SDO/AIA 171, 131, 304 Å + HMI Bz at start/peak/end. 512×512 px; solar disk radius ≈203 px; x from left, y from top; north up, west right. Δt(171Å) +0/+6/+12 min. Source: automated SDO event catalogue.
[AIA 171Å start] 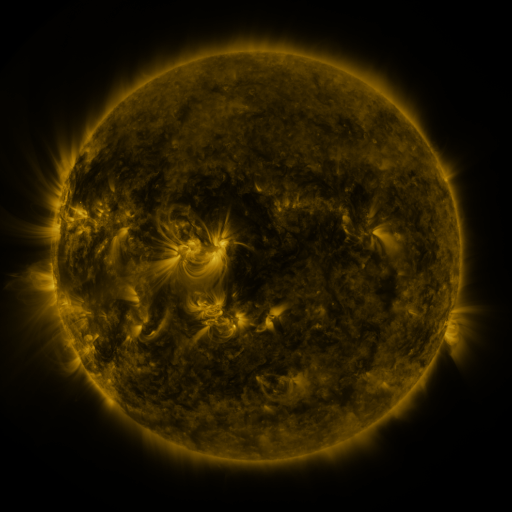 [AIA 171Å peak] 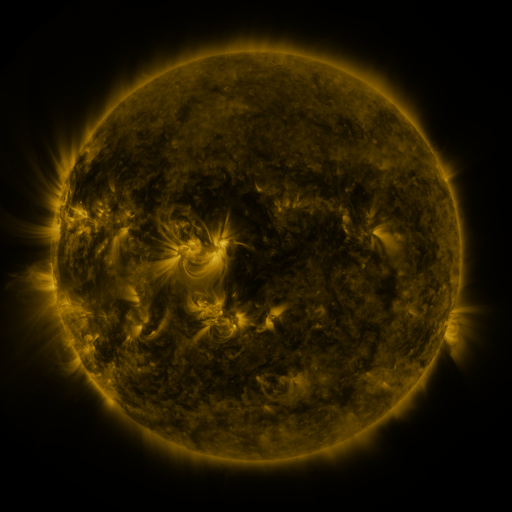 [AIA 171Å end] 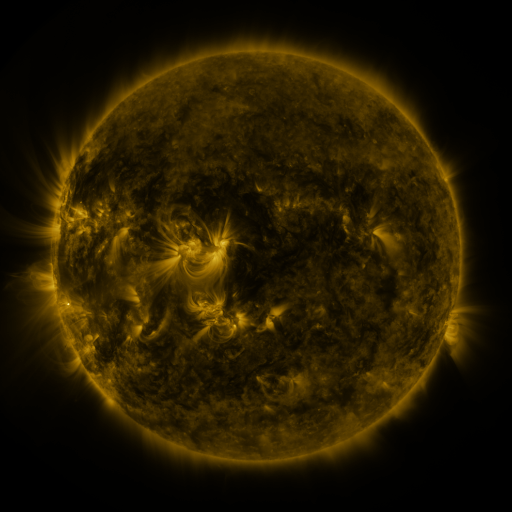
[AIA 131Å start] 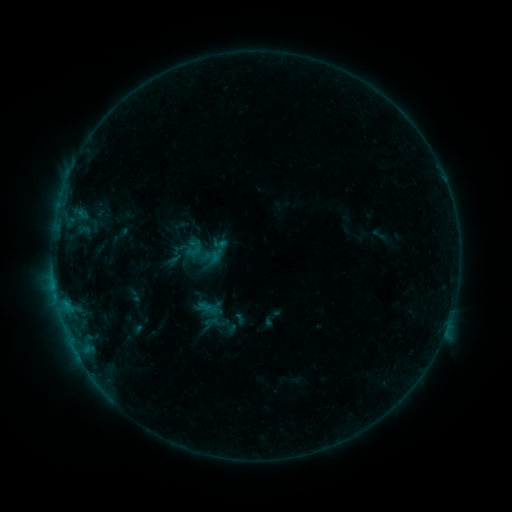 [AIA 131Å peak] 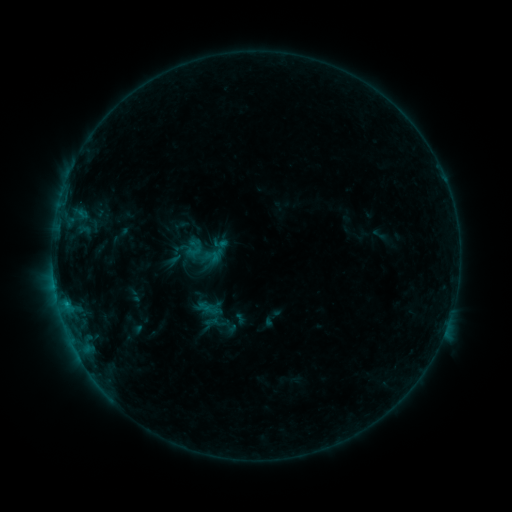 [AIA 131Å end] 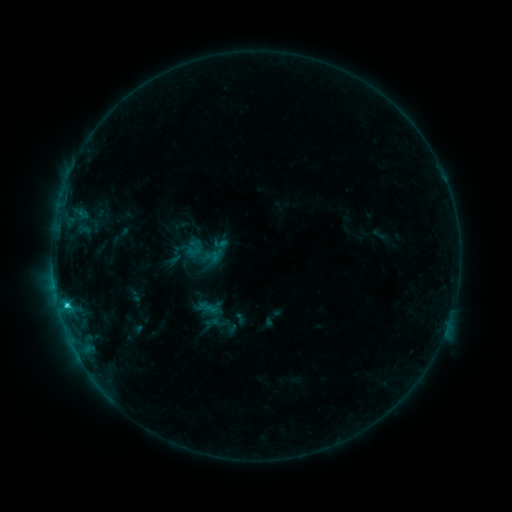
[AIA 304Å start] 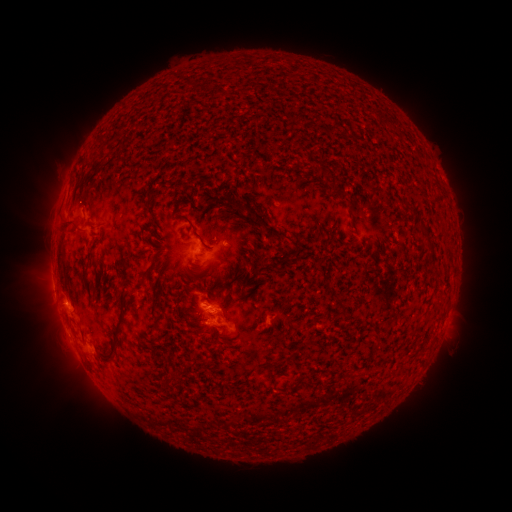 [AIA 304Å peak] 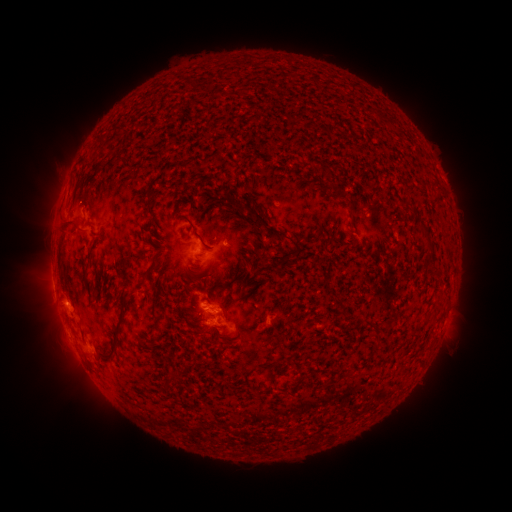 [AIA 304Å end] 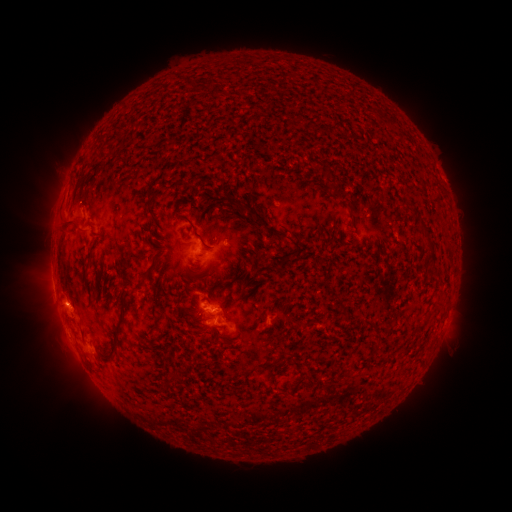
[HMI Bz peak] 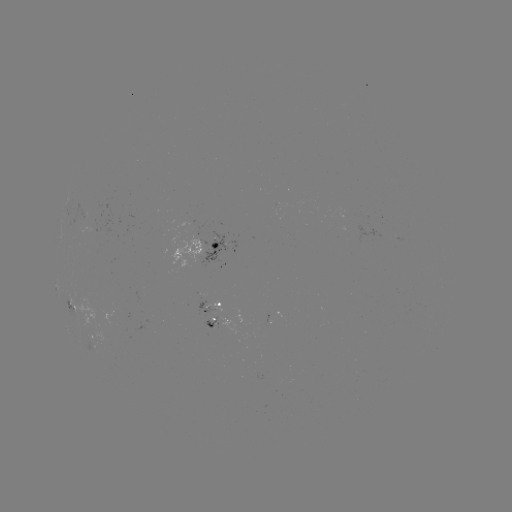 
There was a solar flare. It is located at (67, 304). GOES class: C2.5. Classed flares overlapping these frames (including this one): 1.